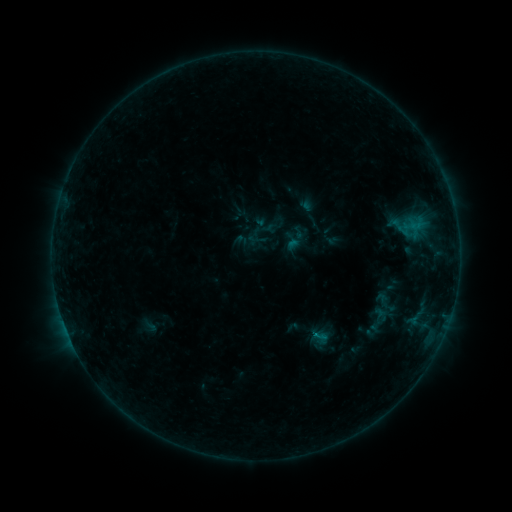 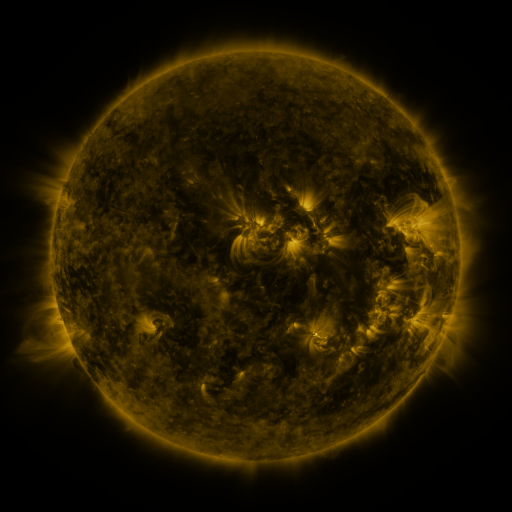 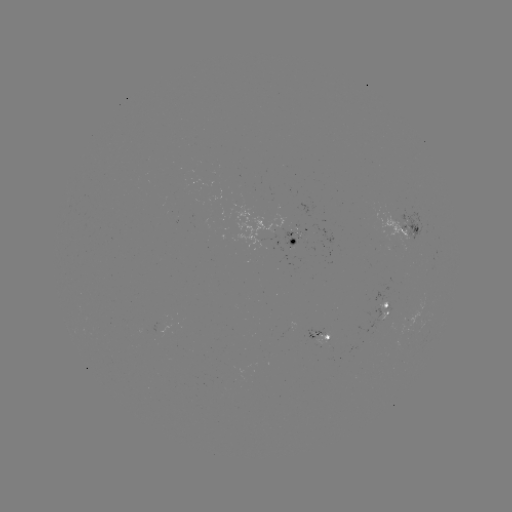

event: sigmoid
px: (379, 320)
